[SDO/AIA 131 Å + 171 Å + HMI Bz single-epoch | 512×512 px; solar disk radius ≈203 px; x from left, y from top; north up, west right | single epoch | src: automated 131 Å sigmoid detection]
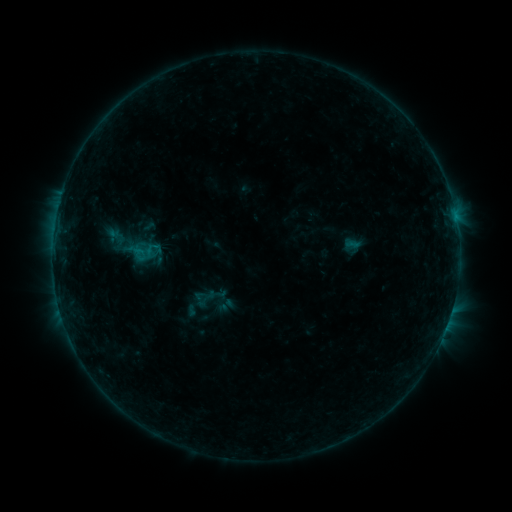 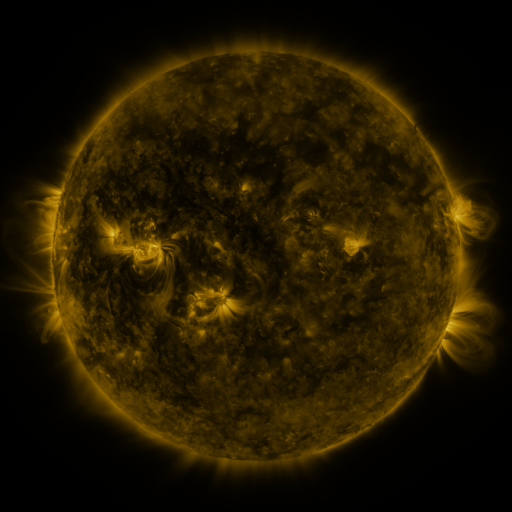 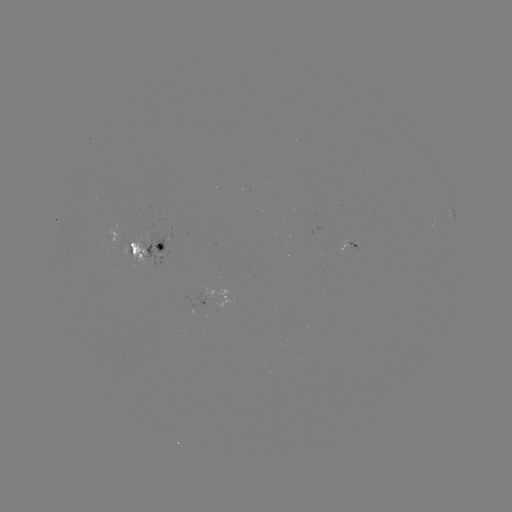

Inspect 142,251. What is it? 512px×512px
sigmoid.